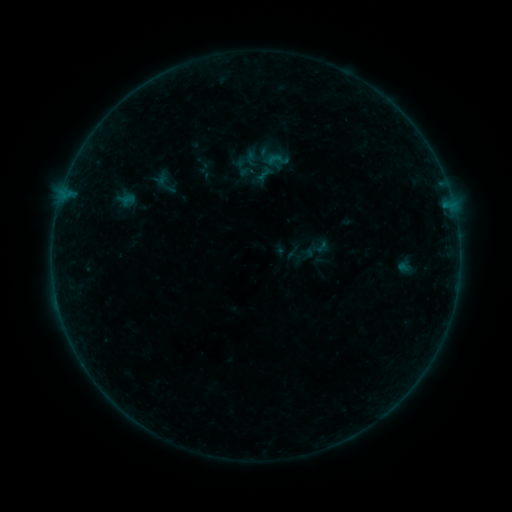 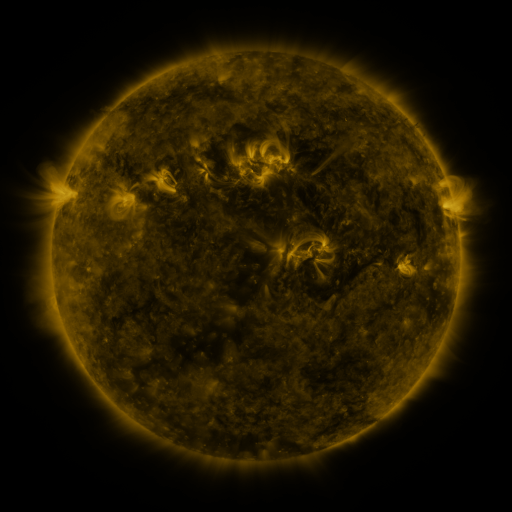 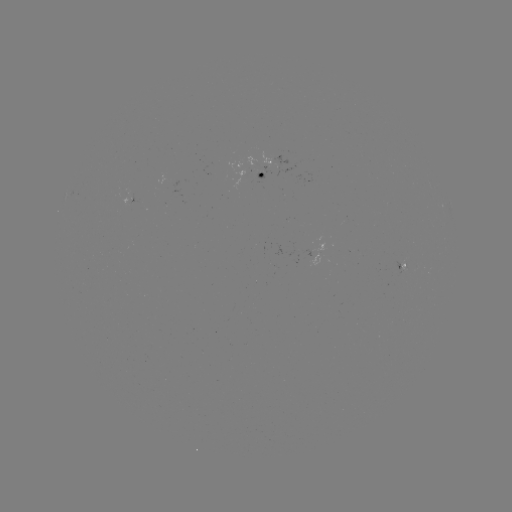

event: sigmoid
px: (279, 160)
